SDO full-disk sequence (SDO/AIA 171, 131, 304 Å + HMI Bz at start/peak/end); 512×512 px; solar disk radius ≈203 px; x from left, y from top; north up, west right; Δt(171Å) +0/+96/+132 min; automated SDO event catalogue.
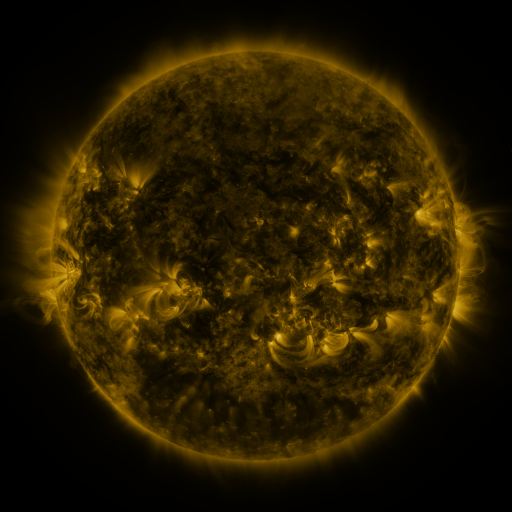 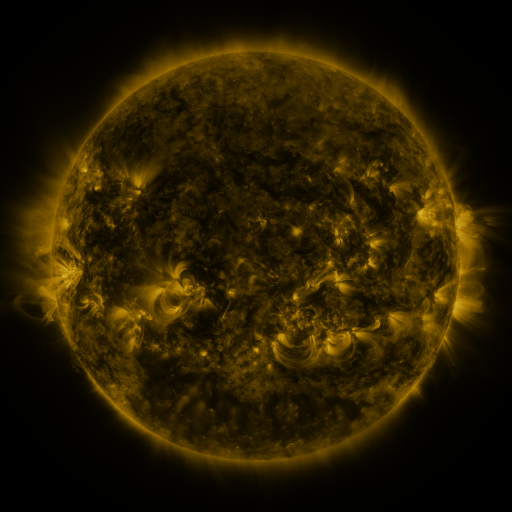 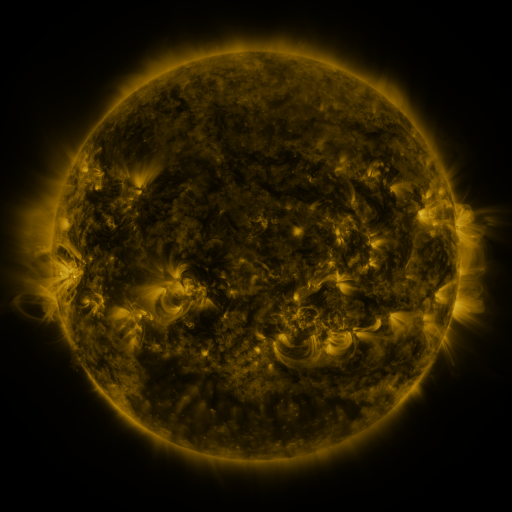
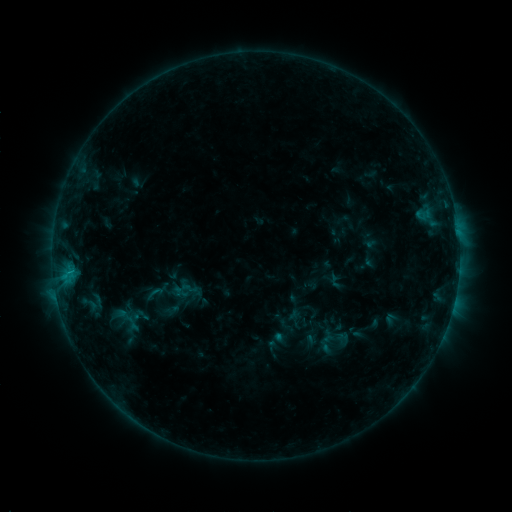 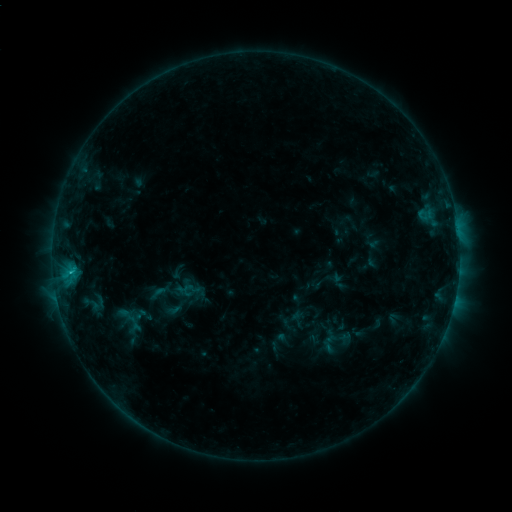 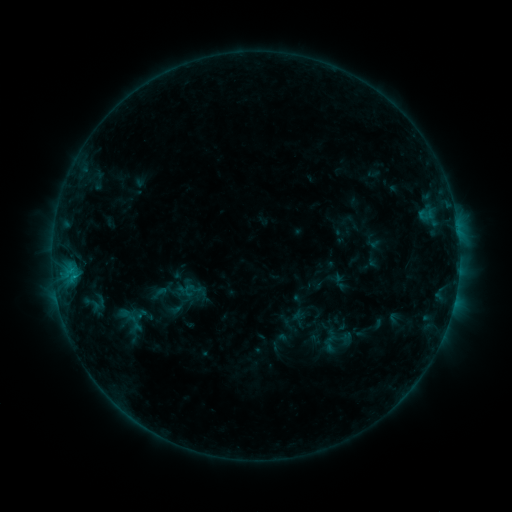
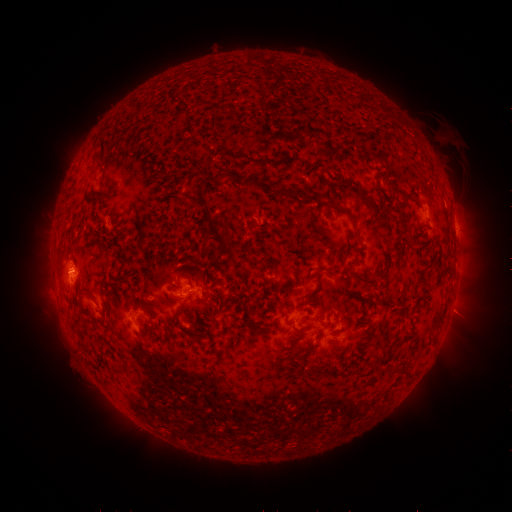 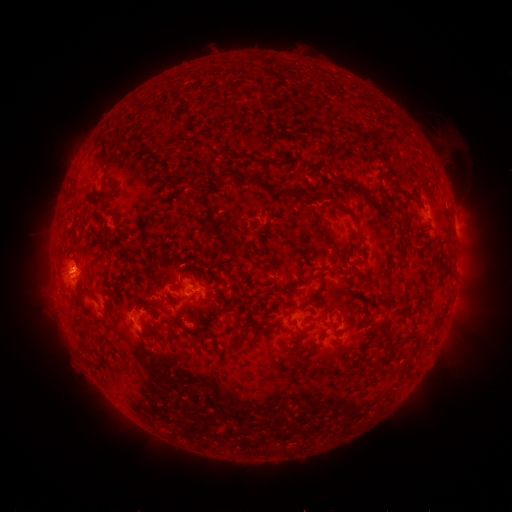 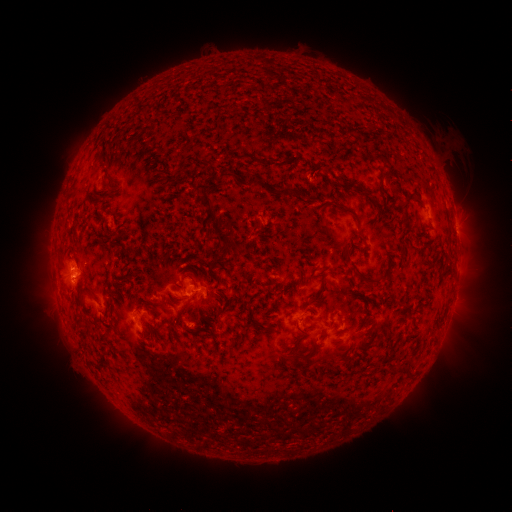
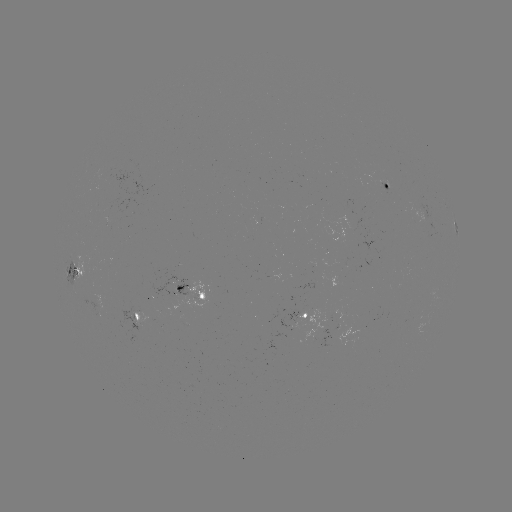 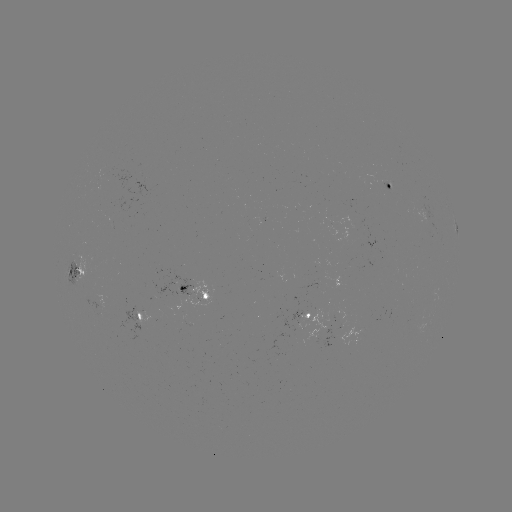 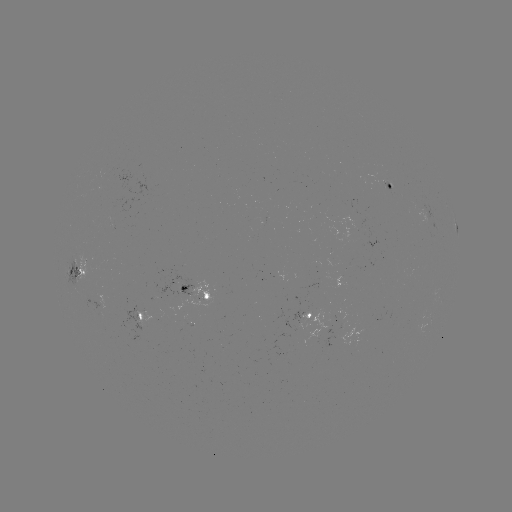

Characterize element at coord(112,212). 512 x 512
emerging-flux region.